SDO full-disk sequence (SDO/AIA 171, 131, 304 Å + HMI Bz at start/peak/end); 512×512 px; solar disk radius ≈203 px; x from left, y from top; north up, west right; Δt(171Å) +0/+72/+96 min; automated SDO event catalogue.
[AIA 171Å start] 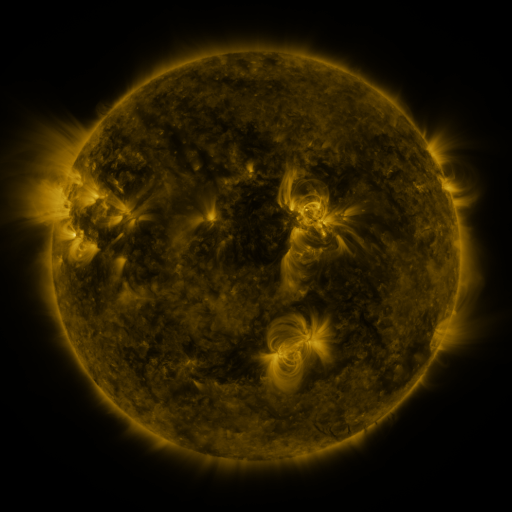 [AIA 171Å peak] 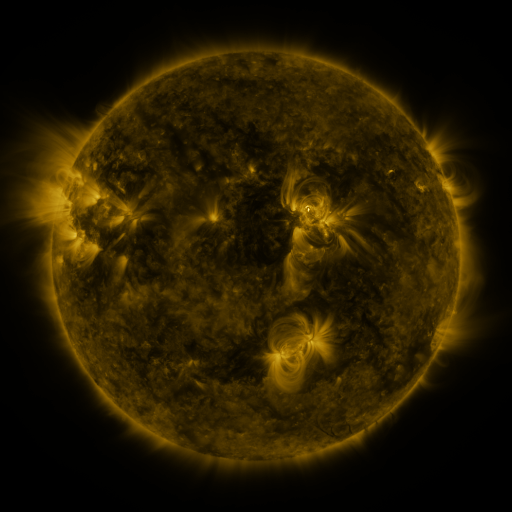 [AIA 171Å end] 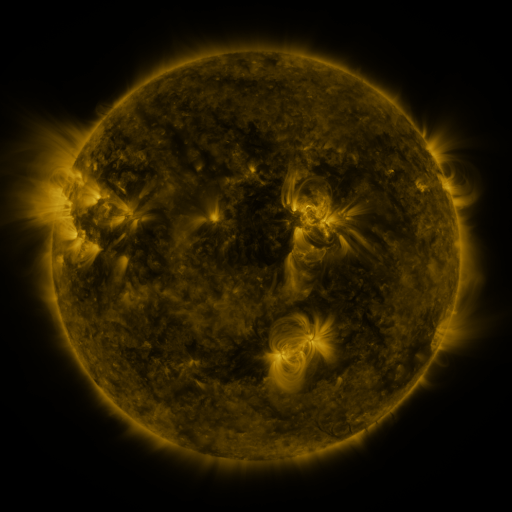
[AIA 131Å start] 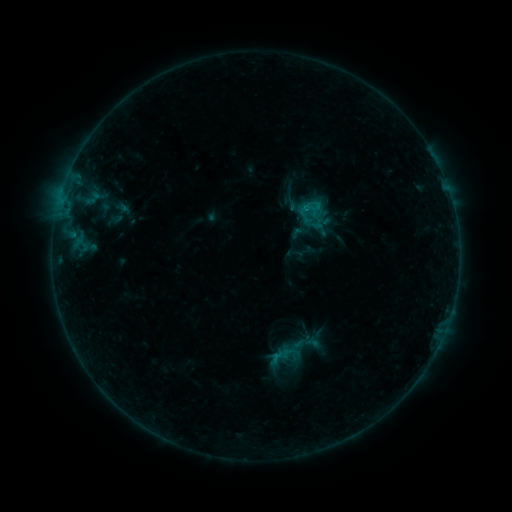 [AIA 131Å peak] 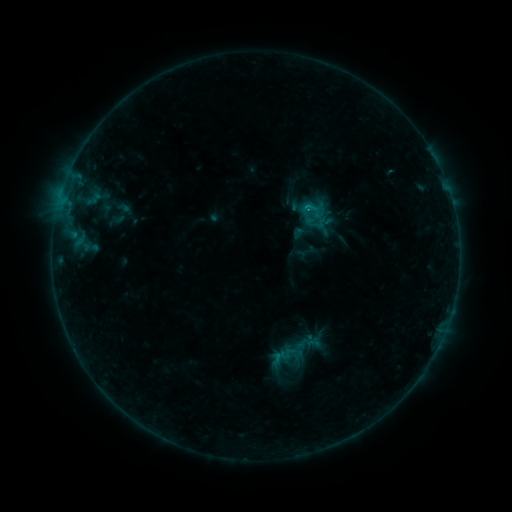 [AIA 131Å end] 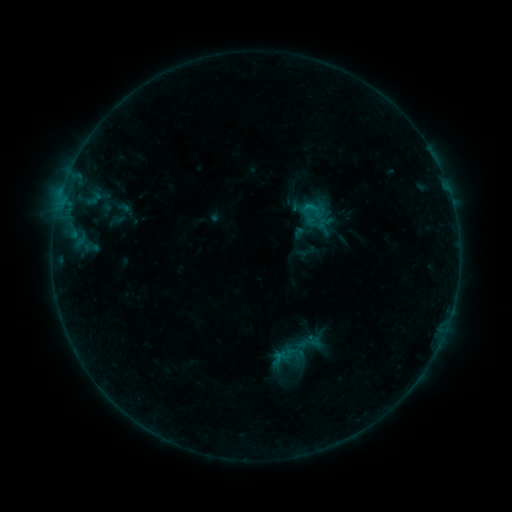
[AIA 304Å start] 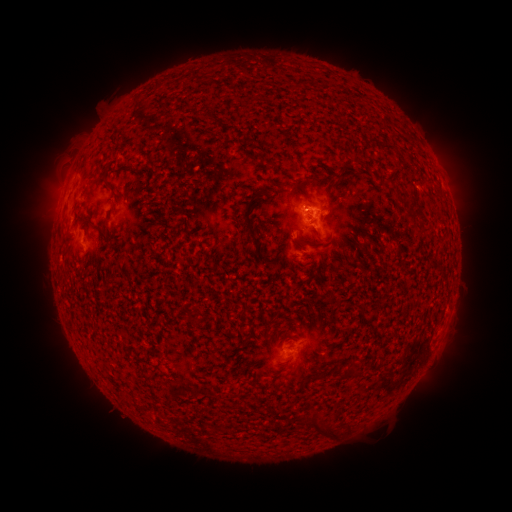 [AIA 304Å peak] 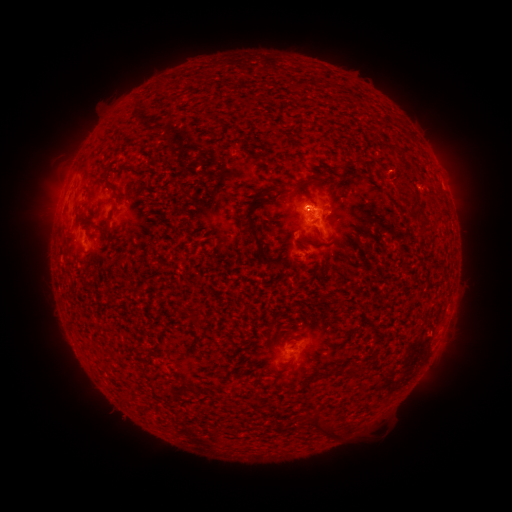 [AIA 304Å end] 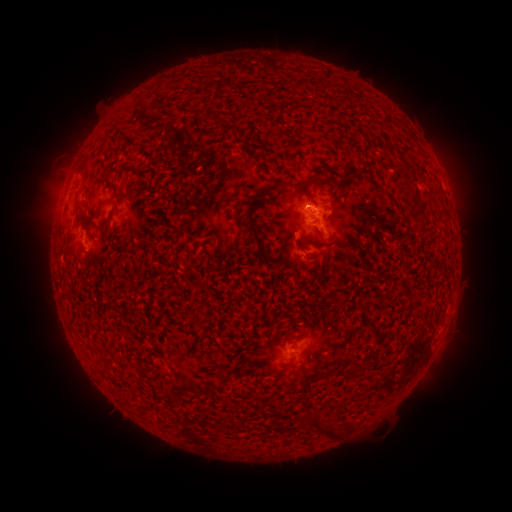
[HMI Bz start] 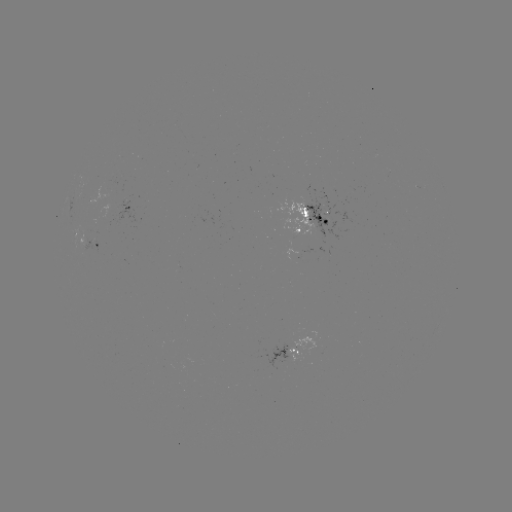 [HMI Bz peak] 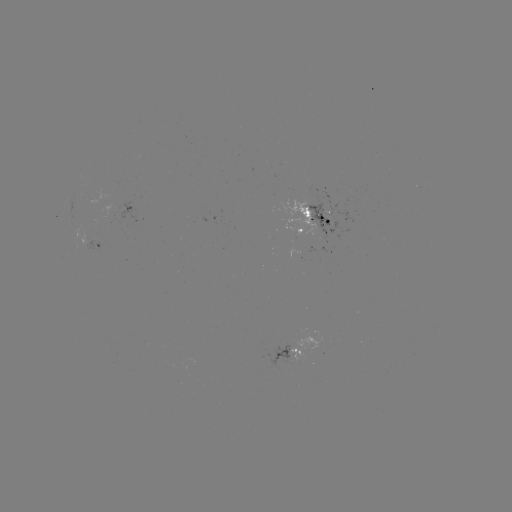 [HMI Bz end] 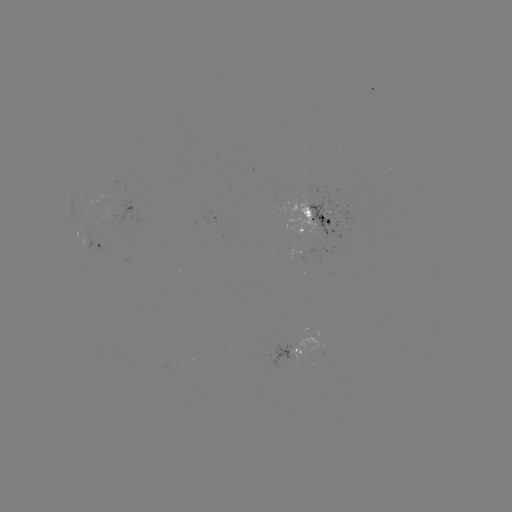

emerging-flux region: [304, 190, 356, 235]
